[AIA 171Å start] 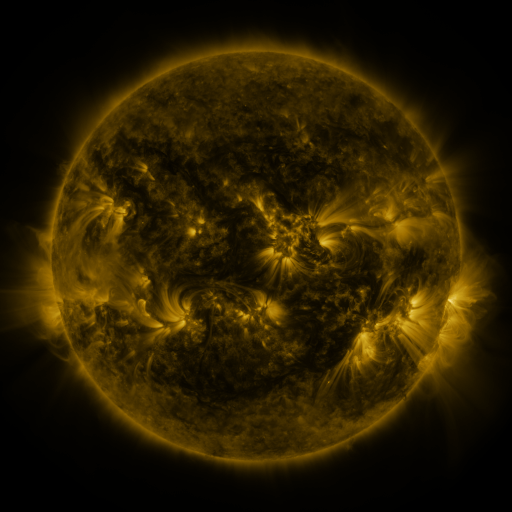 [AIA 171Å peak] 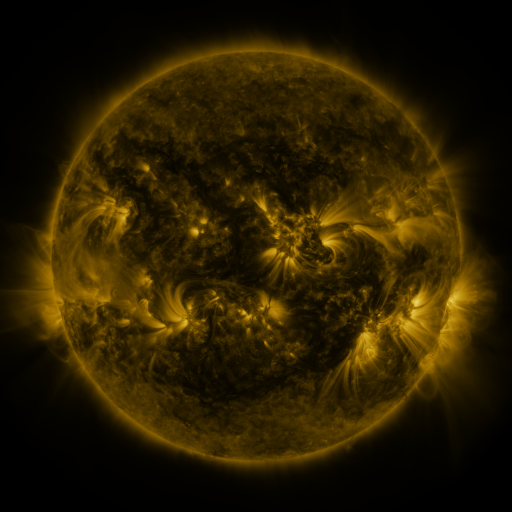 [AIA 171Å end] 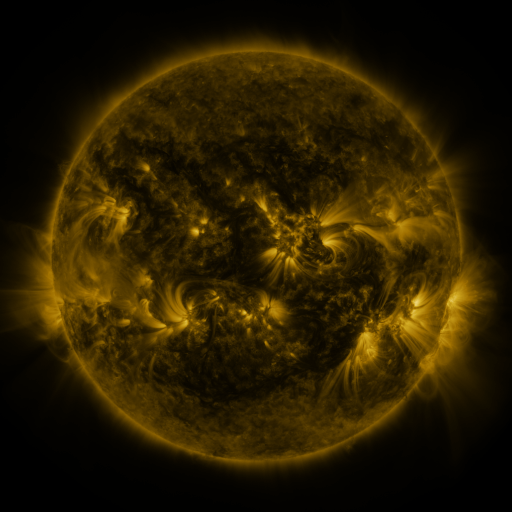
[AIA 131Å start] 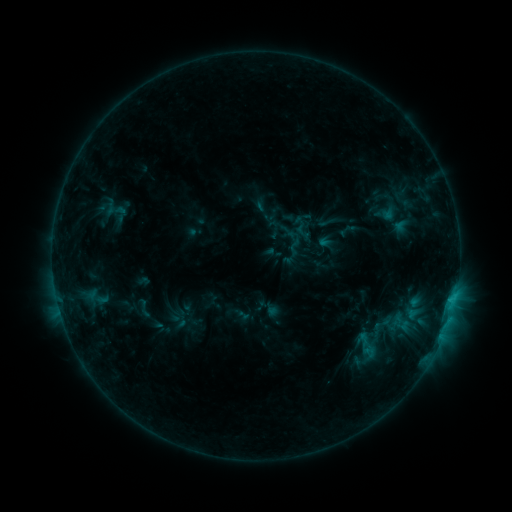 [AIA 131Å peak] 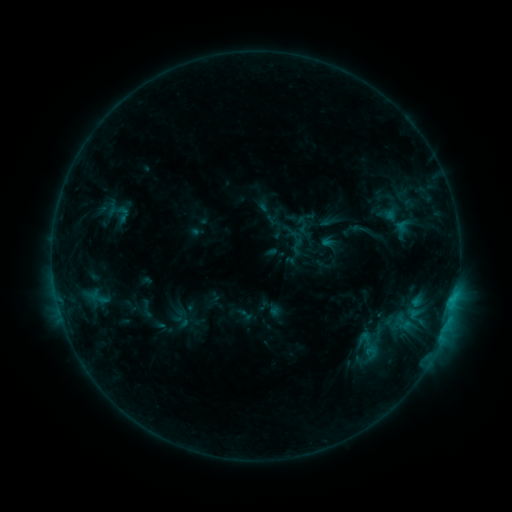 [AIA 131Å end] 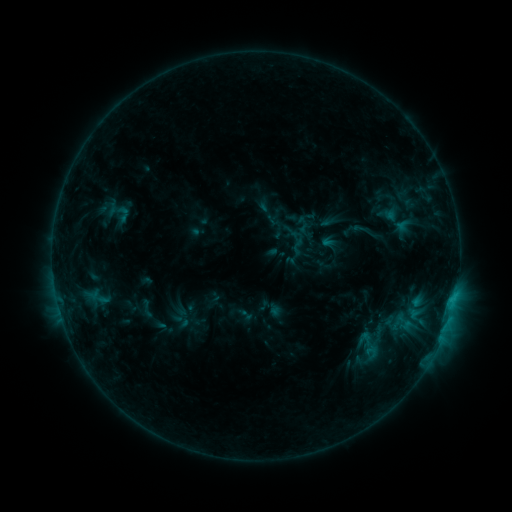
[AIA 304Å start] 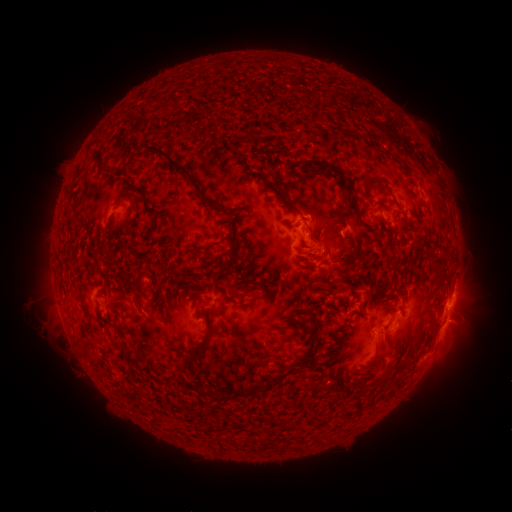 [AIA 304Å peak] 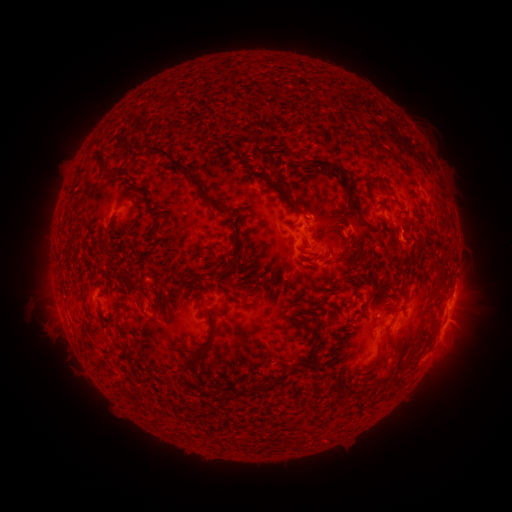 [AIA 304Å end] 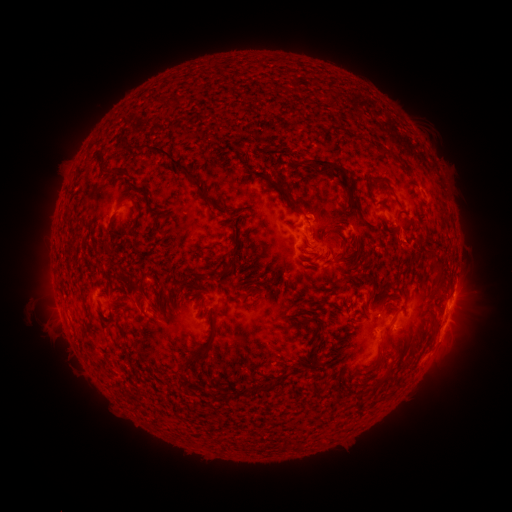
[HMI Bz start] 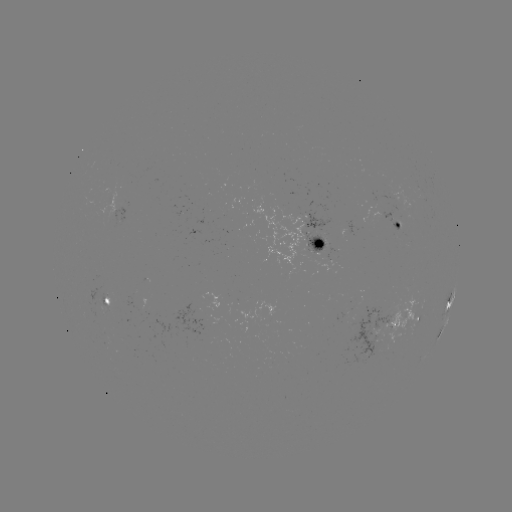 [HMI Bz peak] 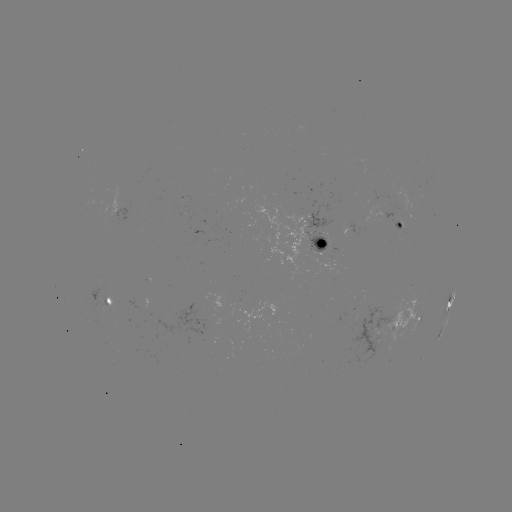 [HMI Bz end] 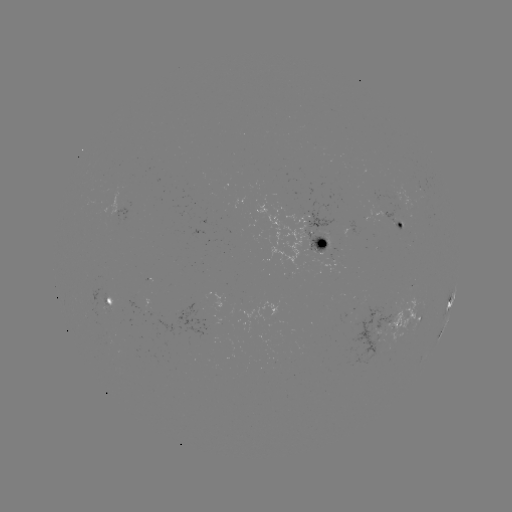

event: emerging-flux region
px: (400, 222)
